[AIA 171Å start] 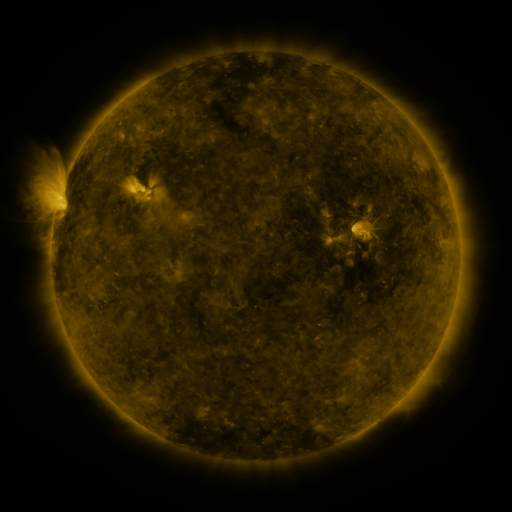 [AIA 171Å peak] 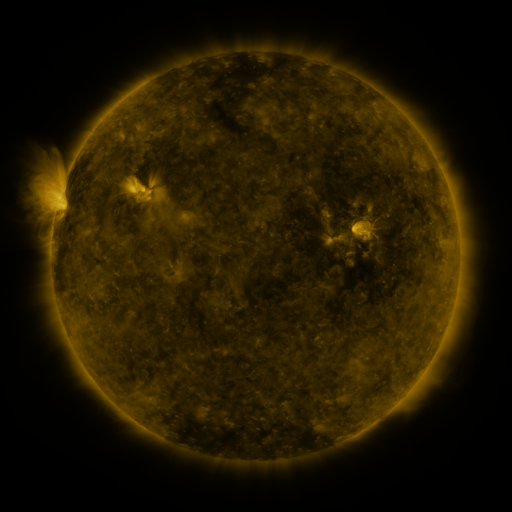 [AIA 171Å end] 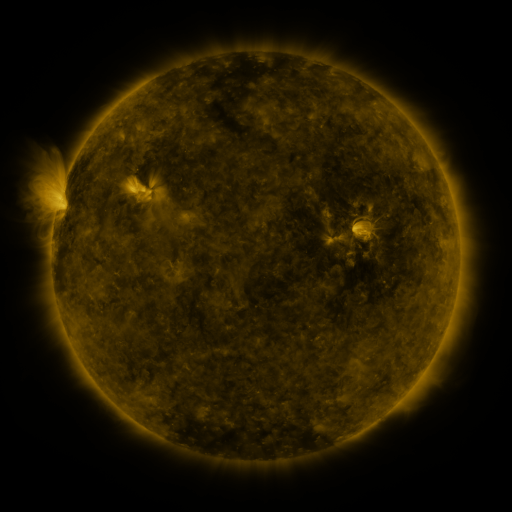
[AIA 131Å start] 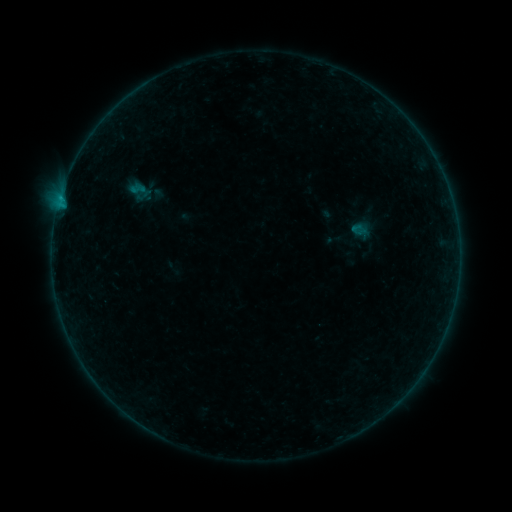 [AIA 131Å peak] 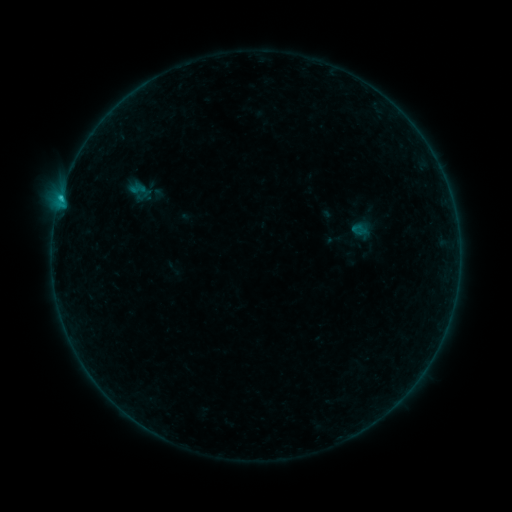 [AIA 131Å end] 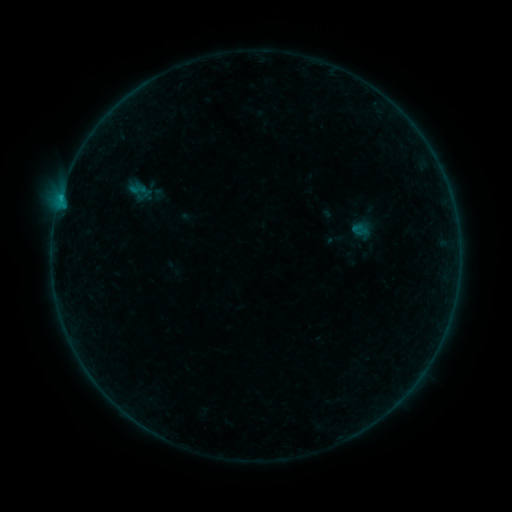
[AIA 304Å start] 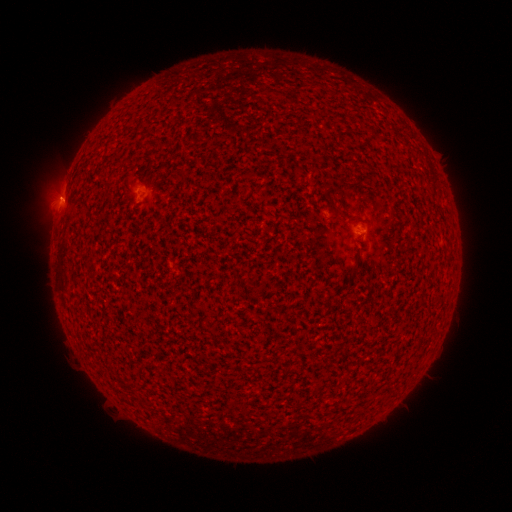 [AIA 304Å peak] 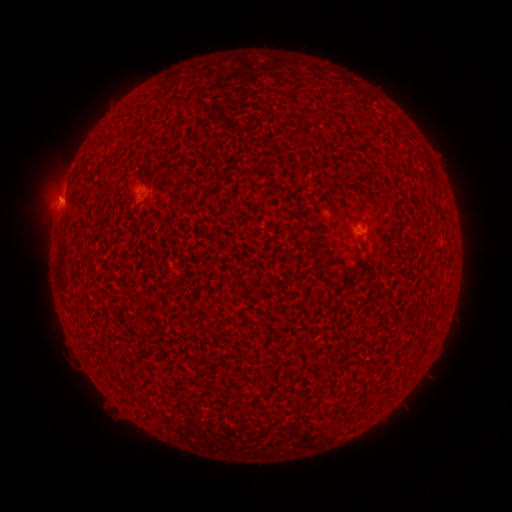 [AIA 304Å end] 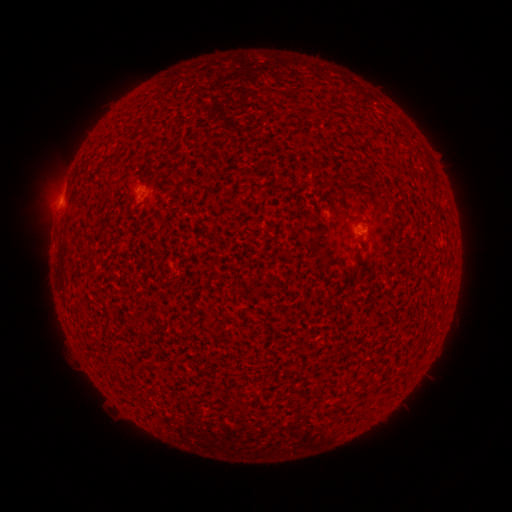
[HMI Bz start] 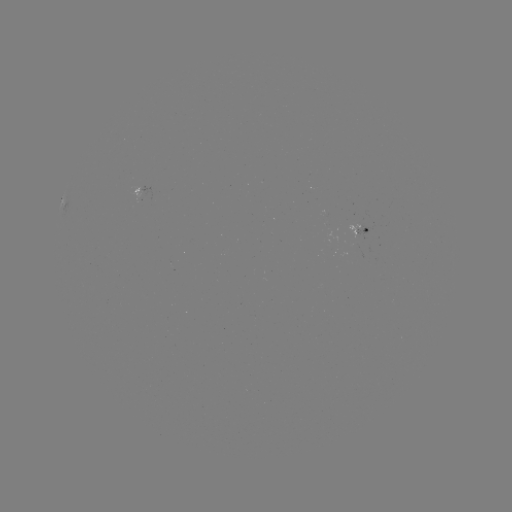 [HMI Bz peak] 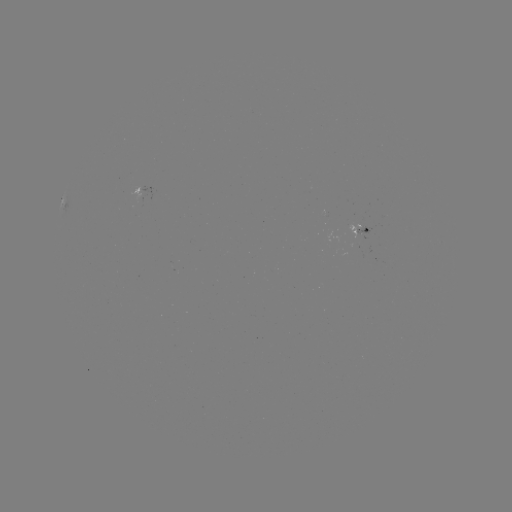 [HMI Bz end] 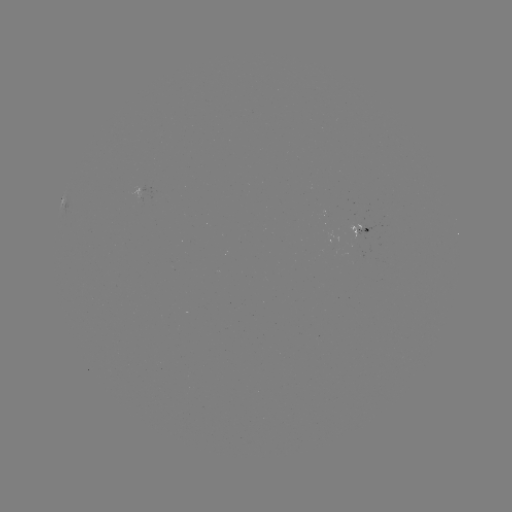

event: flare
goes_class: B4.5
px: (60, 202)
